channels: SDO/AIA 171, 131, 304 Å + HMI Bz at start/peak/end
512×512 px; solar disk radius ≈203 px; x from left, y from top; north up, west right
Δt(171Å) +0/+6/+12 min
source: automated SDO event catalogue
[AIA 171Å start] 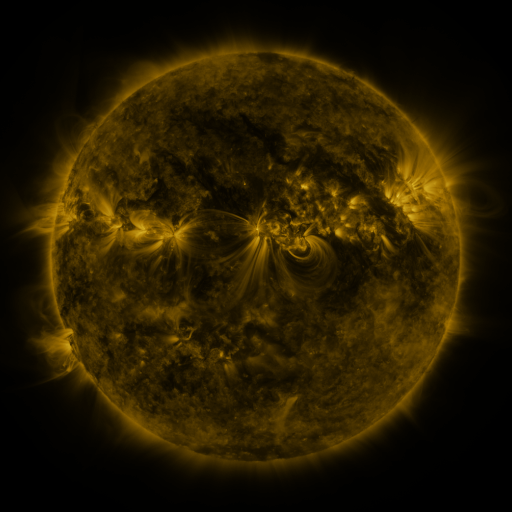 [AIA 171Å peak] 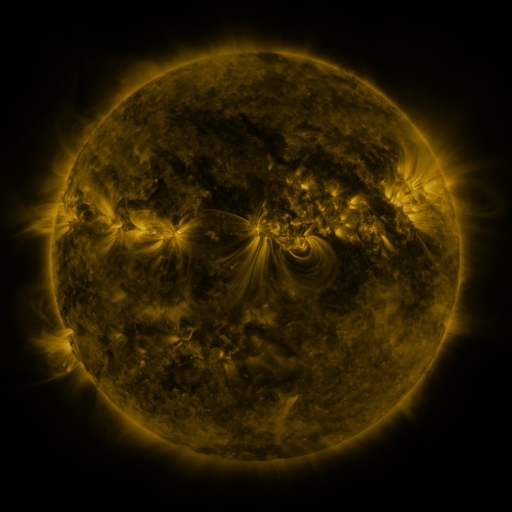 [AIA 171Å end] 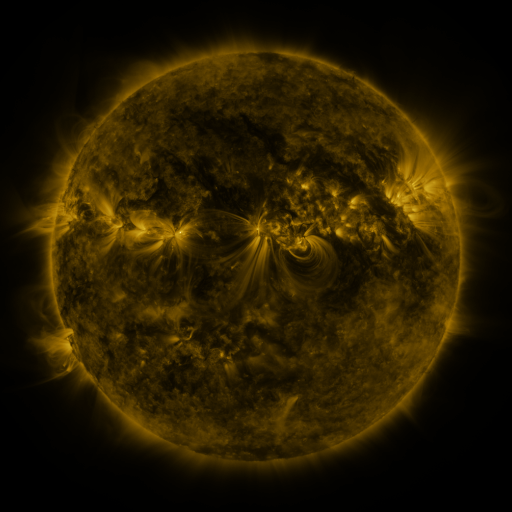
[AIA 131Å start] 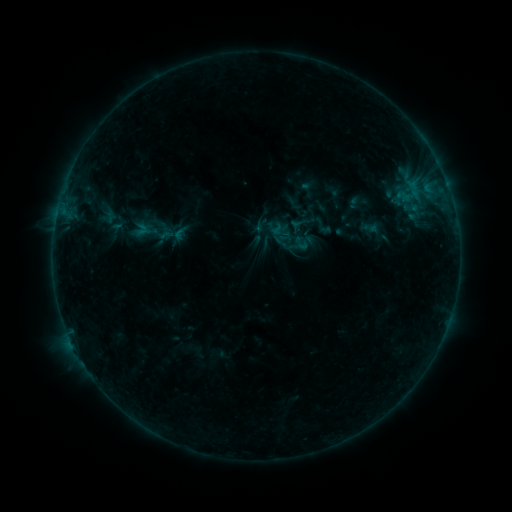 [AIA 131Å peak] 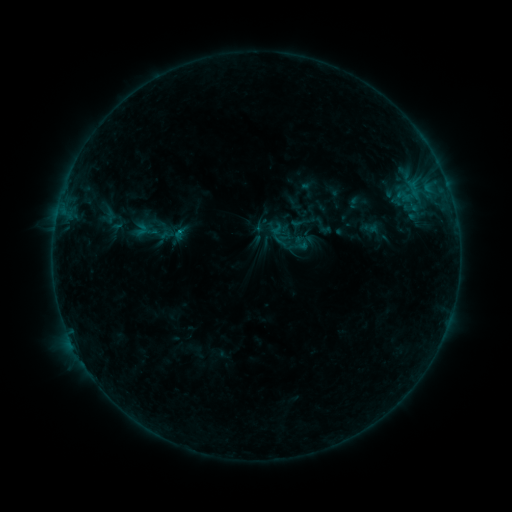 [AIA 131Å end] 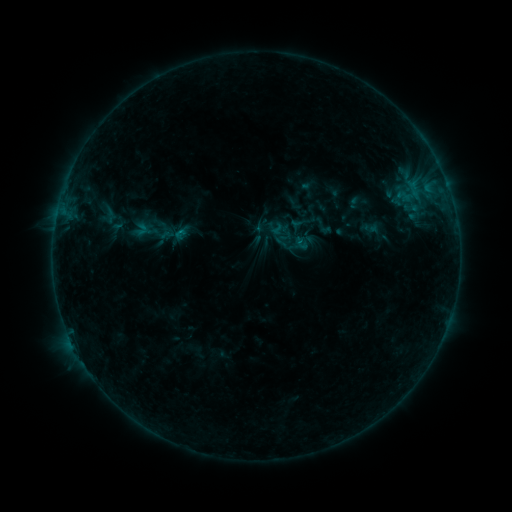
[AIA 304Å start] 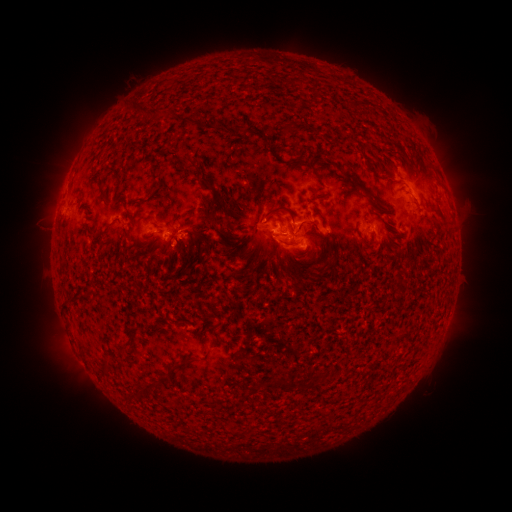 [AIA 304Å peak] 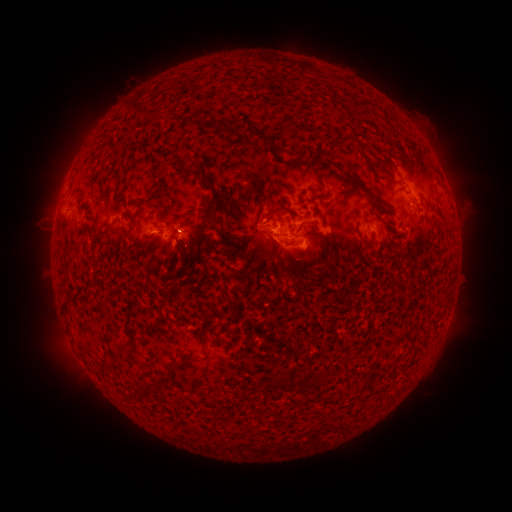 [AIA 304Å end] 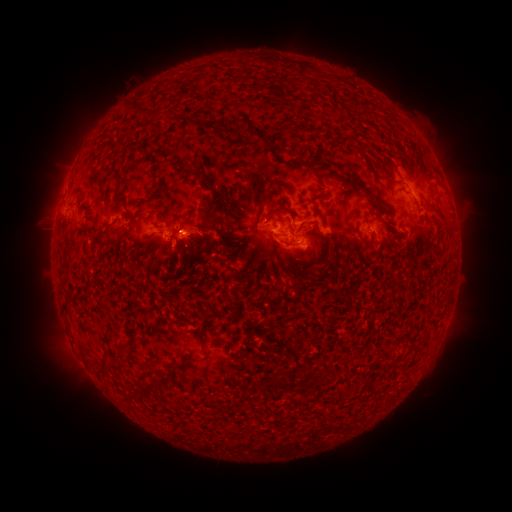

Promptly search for eruption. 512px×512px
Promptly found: [199, 226].